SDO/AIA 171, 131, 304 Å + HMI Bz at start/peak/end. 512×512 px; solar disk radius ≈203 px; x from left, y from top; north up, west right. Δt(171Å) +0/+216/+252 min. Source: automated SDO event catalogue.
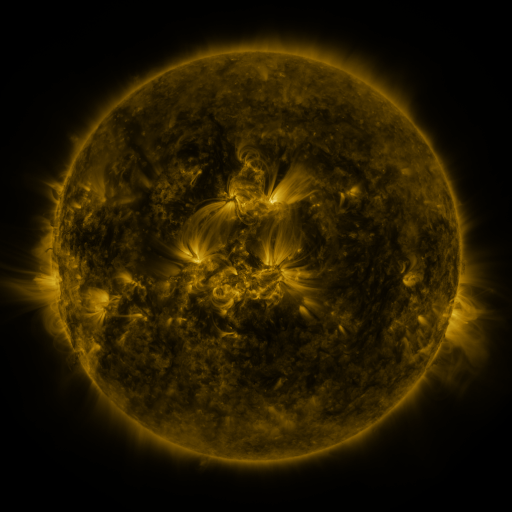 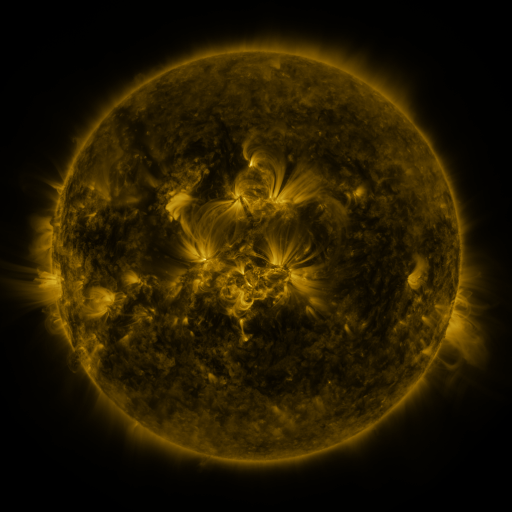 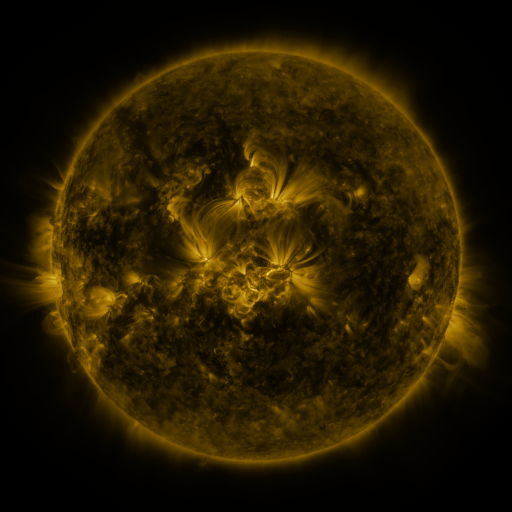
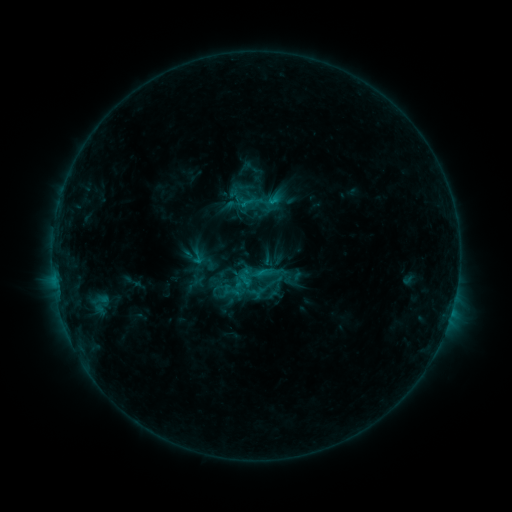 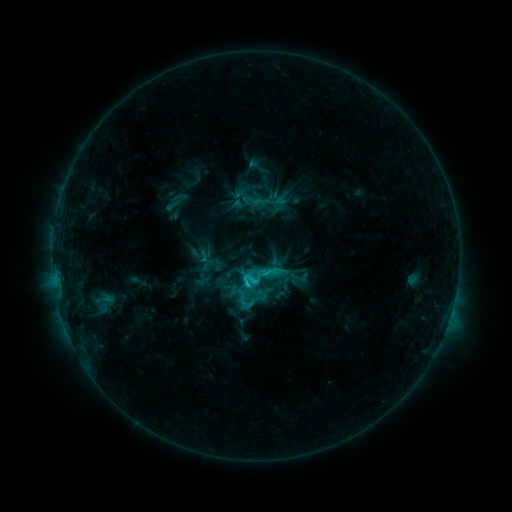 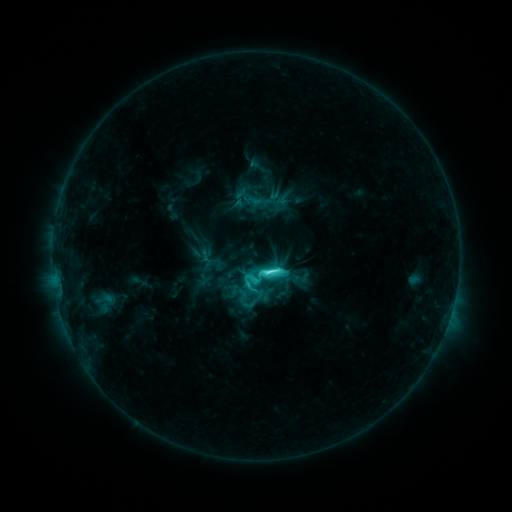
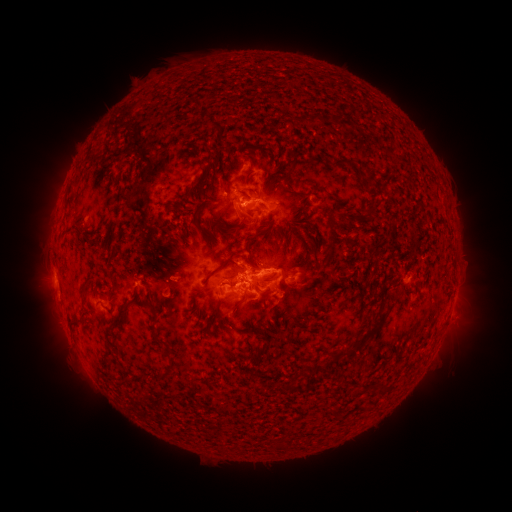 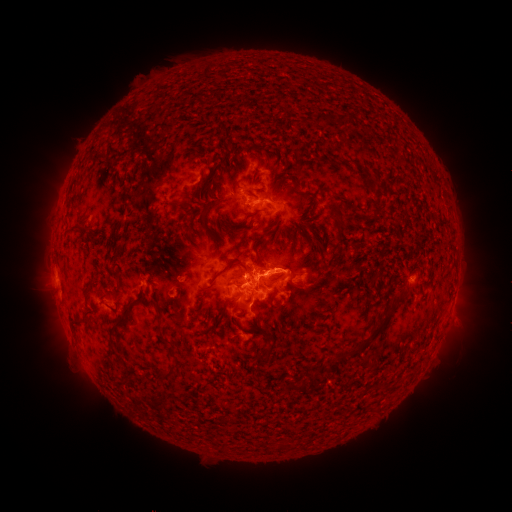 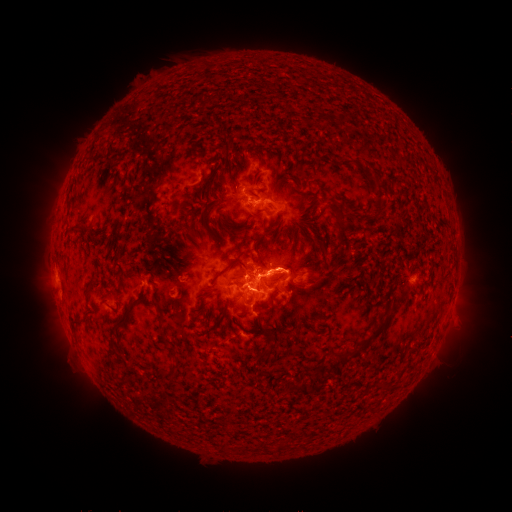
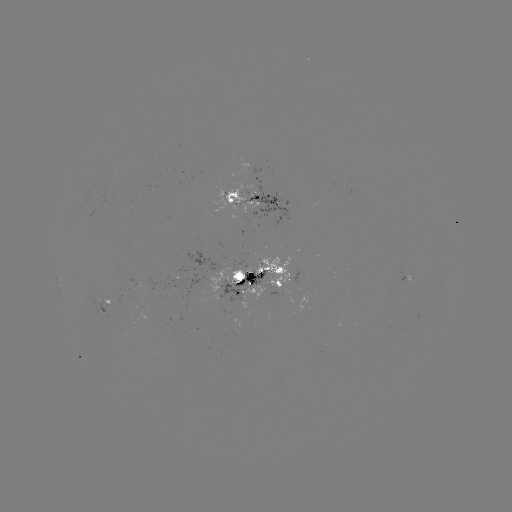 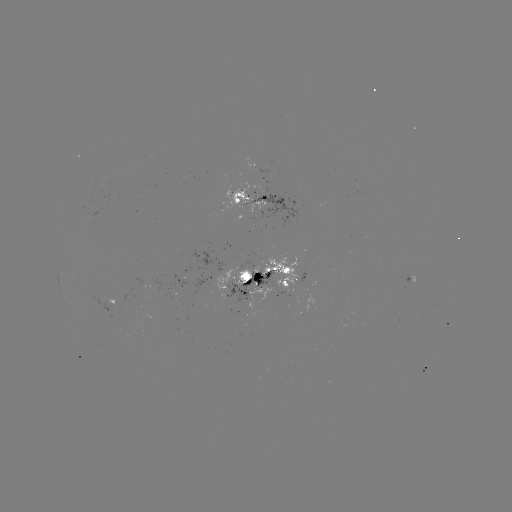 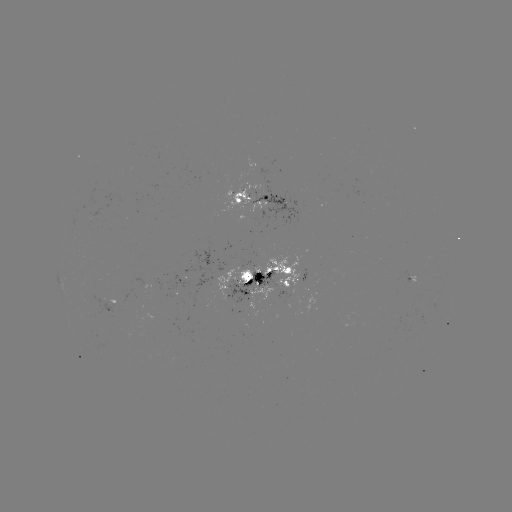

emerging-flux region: [212, 256, 299, 301]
